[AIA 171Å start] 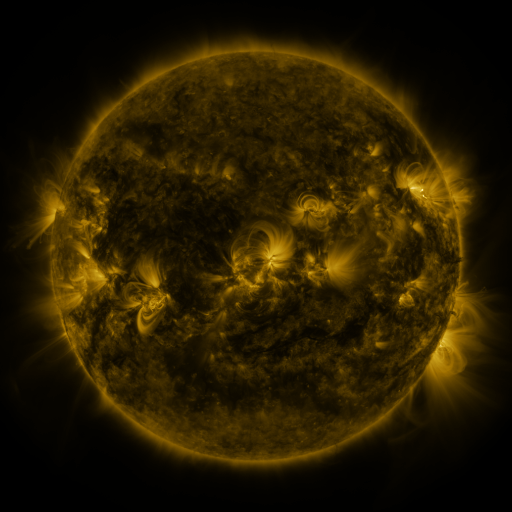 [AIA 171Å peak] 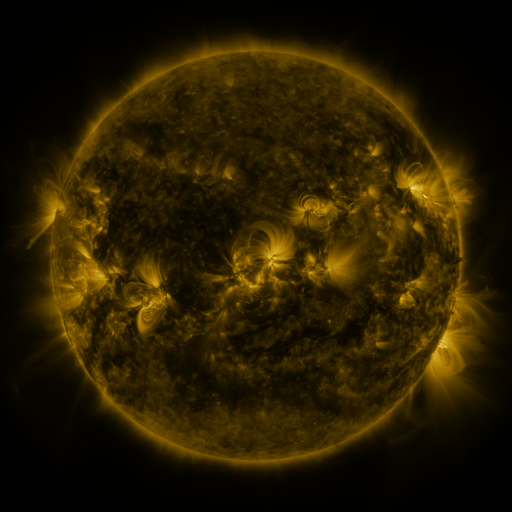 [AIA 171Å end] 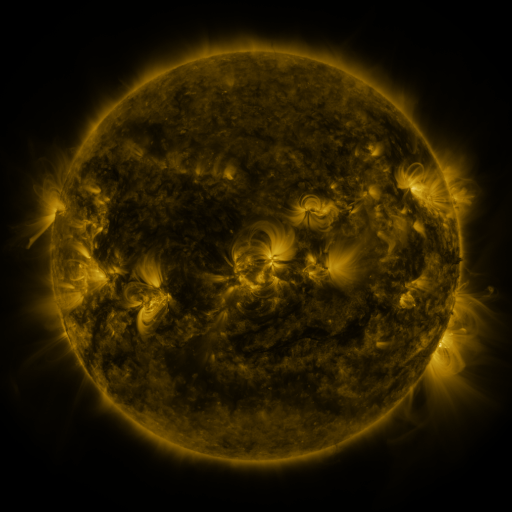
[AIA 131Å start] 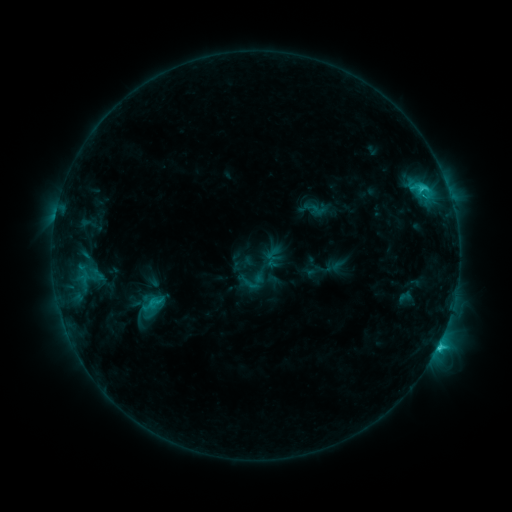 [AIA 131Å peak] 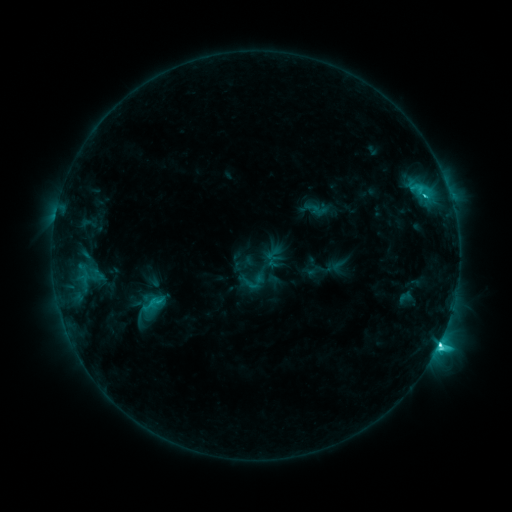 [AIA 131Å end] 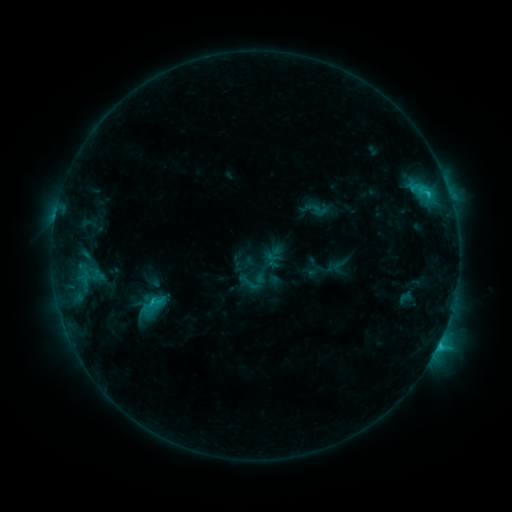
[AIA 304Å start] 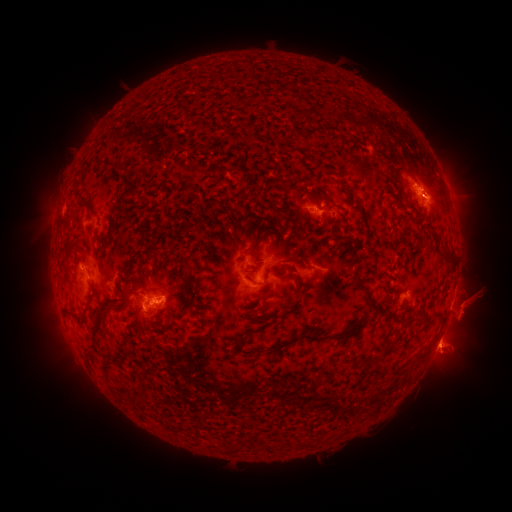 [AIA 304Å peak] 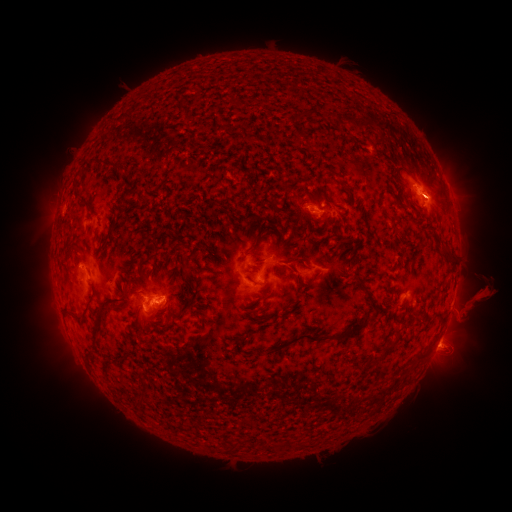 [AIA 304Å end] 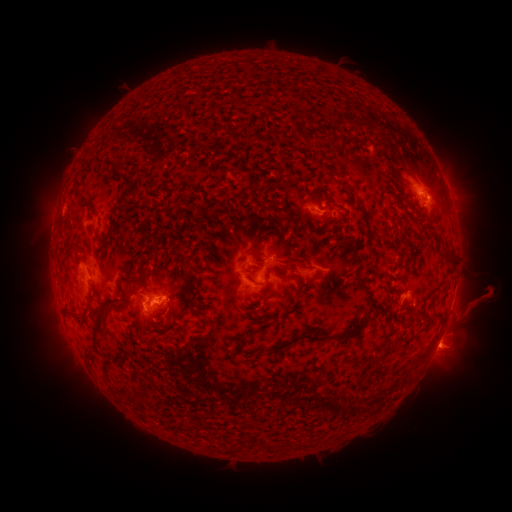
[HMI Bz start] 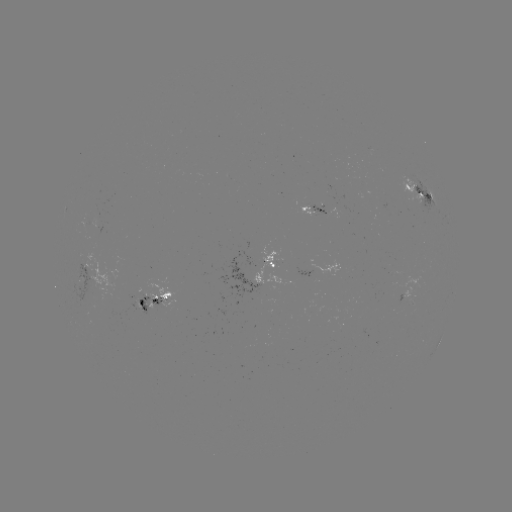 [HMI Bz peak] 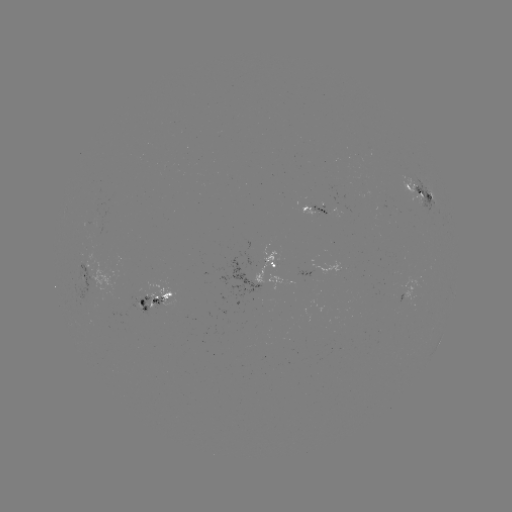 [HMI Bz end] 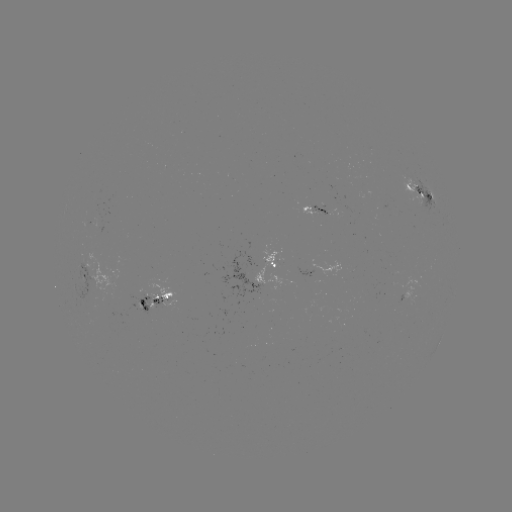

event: eruption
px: (477, 304)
